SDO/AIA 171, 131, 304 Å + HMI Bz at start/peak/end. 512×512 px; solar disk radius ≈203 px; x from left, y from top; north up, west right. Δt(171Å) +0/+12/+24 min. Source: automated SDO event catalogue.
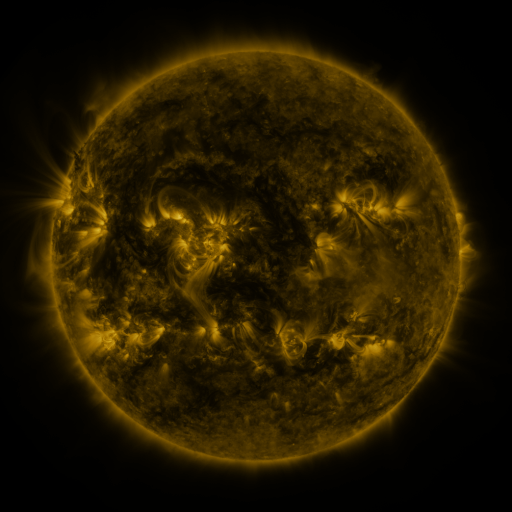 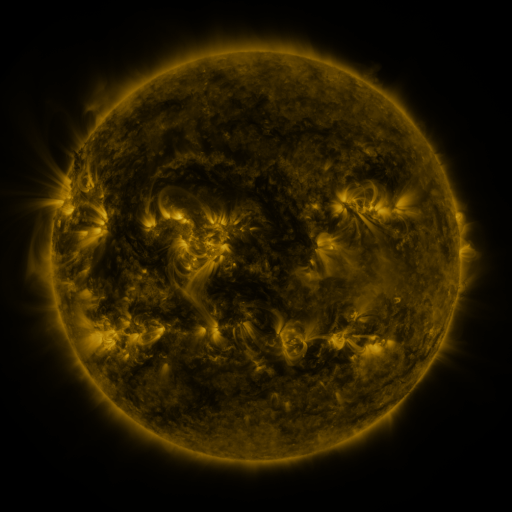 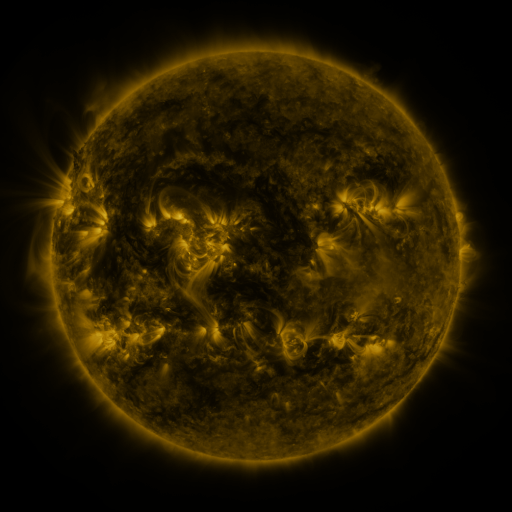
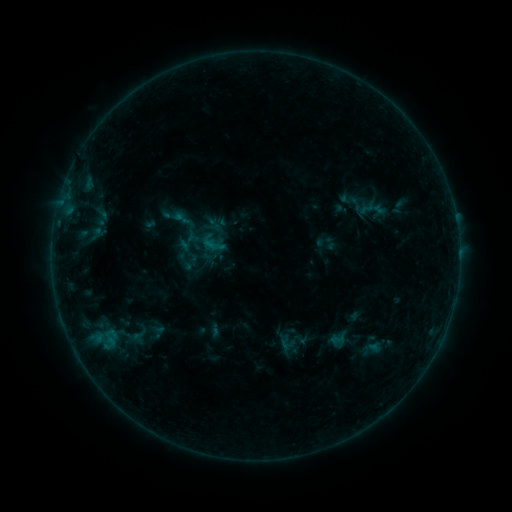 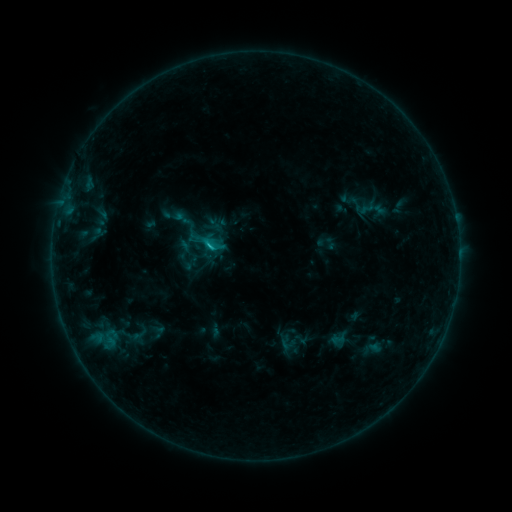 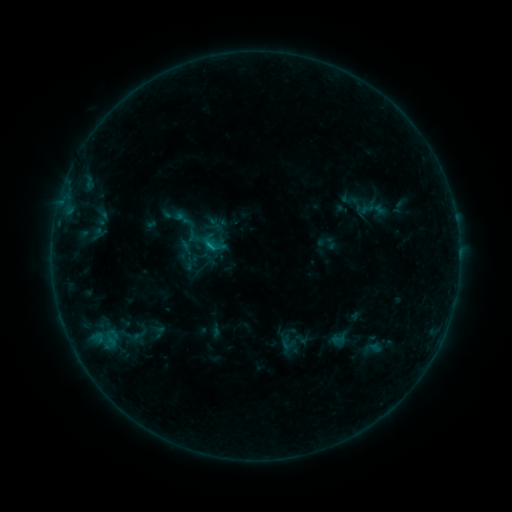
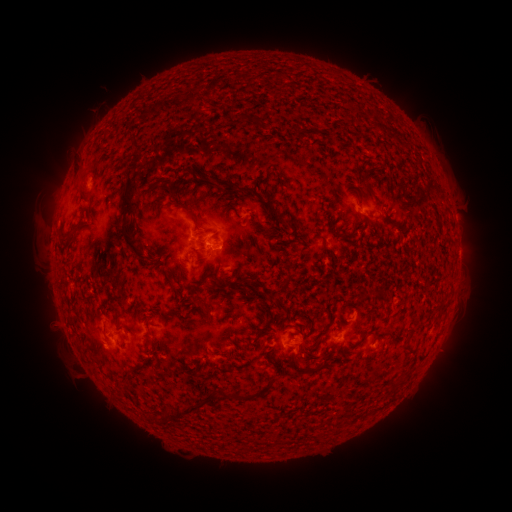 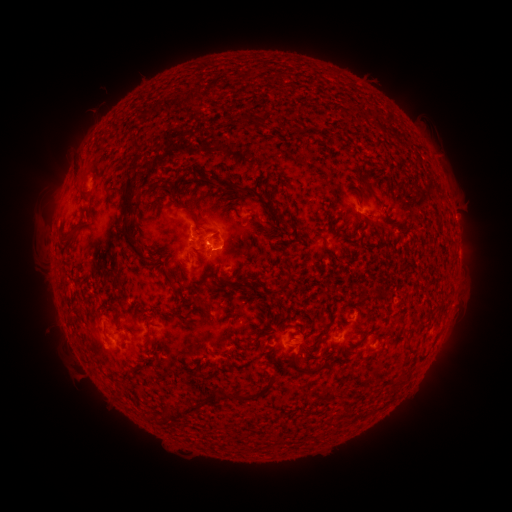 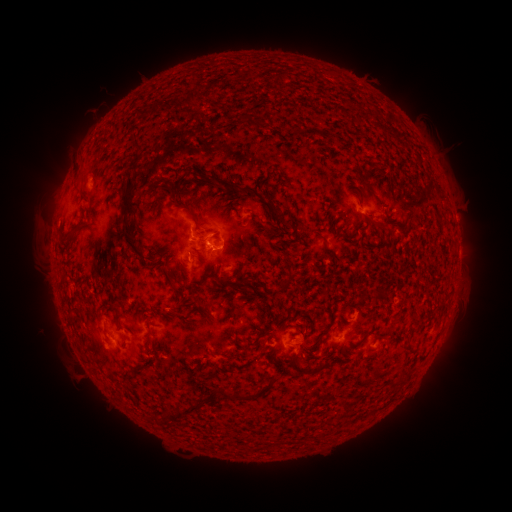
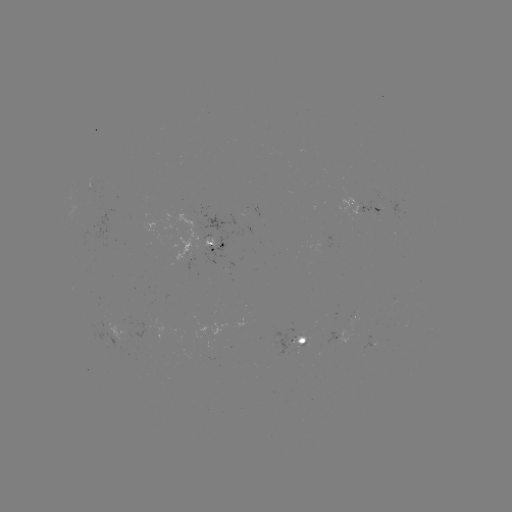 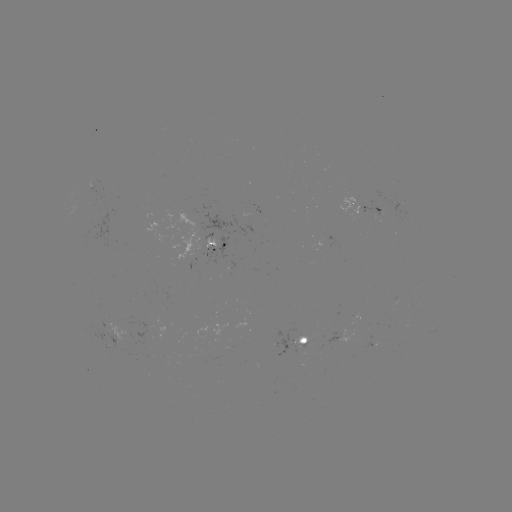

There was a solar flare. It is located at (210, 248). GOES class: B9.9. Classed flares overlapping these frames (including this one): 1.